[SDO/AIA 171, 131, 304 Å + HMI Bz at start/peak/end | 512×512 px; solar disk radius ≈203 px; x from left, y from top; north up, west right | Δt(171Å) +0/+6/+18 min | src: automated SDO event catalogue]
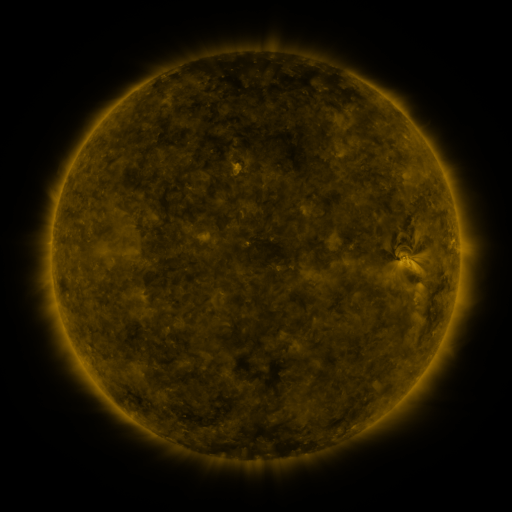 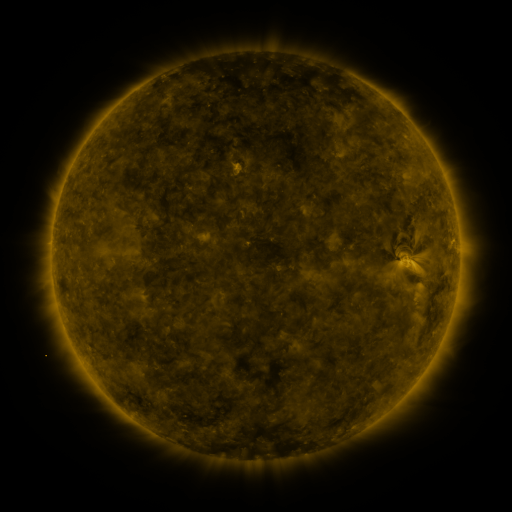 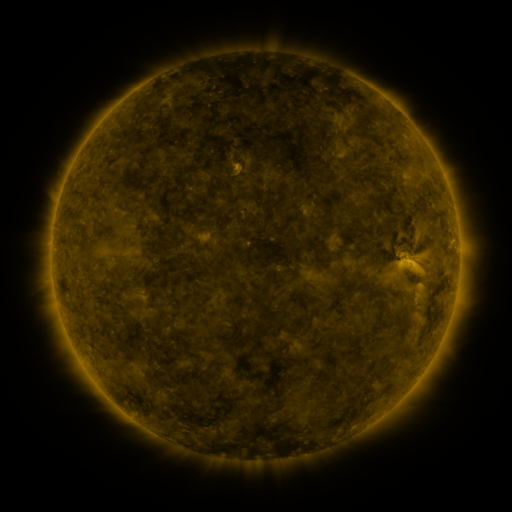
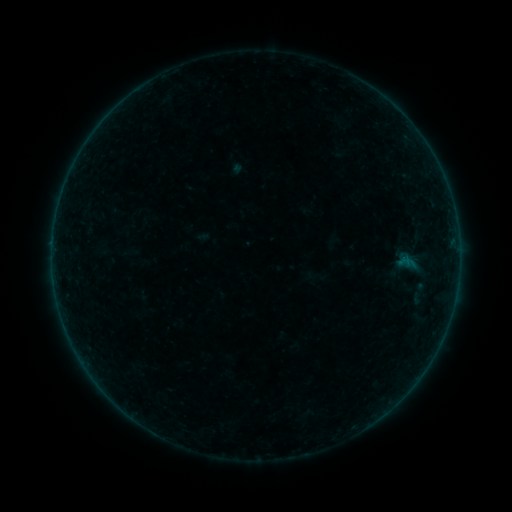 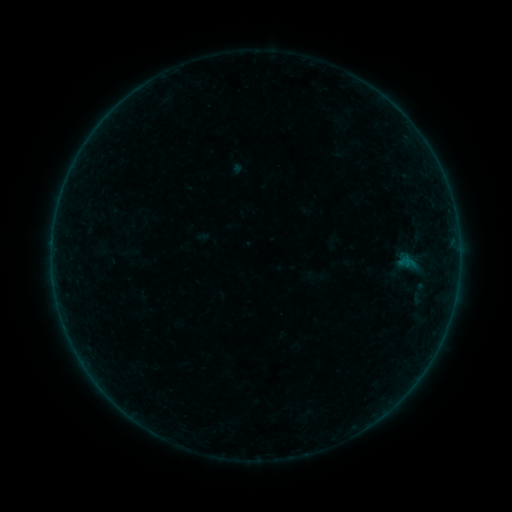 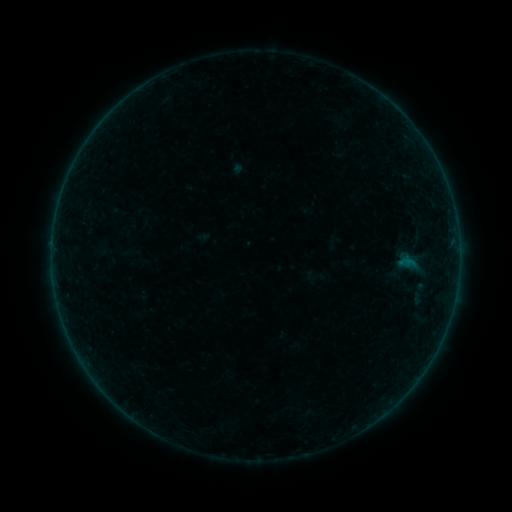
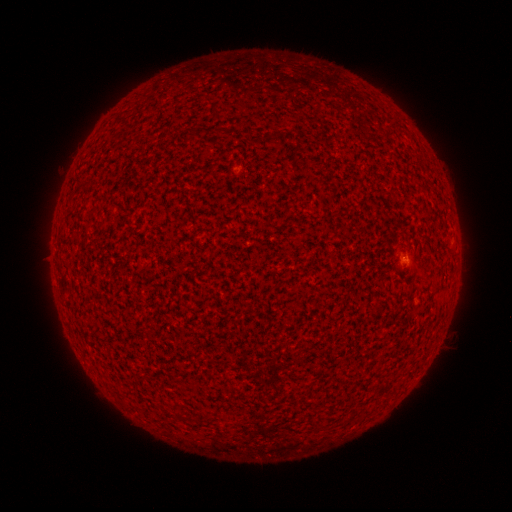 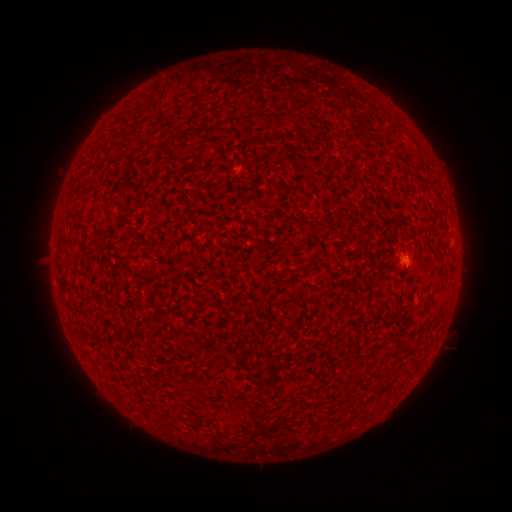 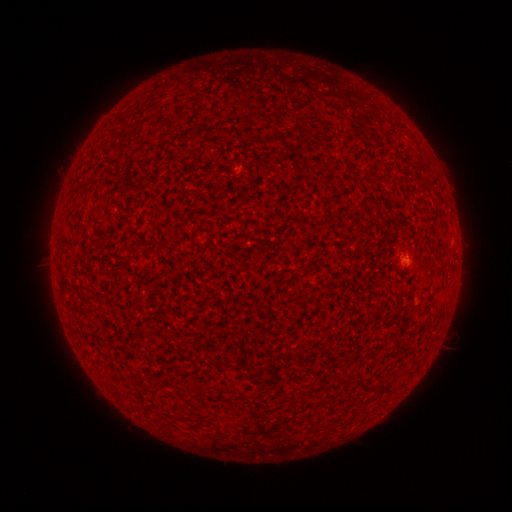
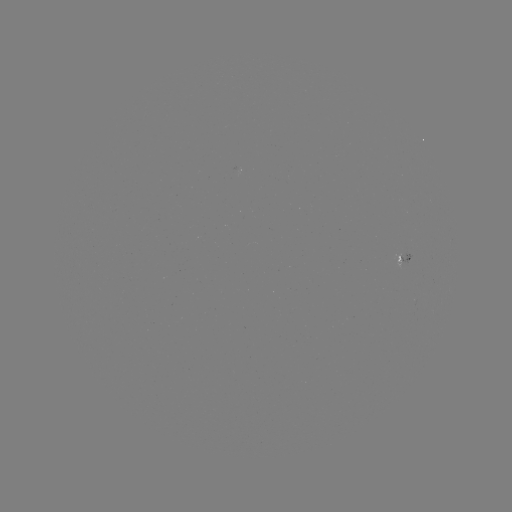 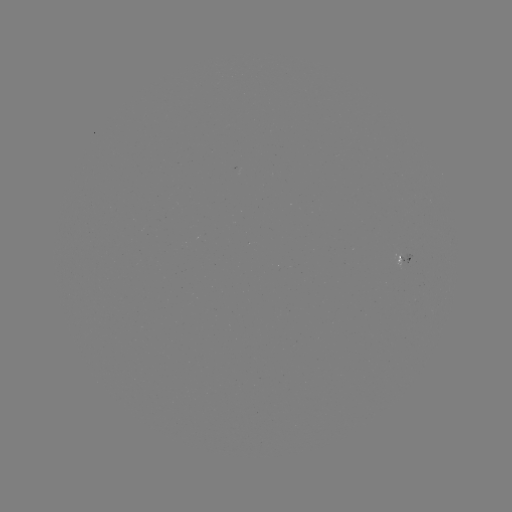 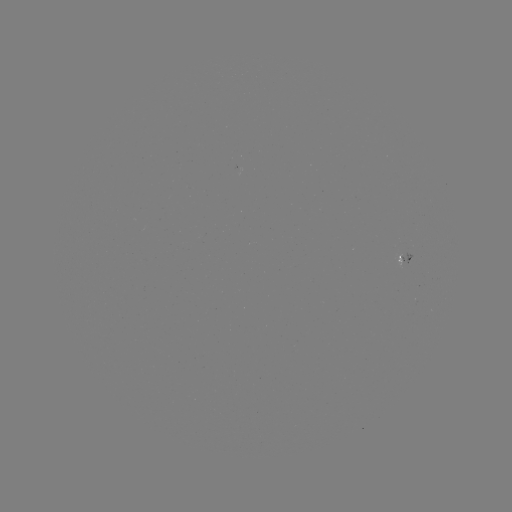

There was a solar flare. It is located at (405, 262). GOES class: A3.9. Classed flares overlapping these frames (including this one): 1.